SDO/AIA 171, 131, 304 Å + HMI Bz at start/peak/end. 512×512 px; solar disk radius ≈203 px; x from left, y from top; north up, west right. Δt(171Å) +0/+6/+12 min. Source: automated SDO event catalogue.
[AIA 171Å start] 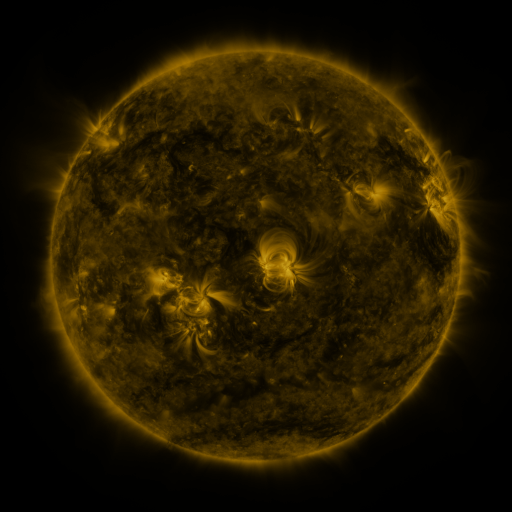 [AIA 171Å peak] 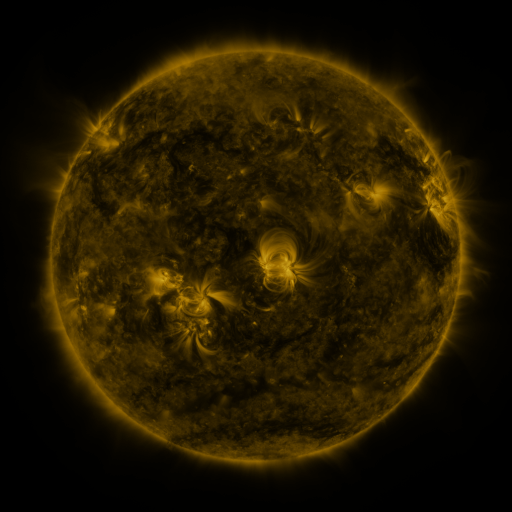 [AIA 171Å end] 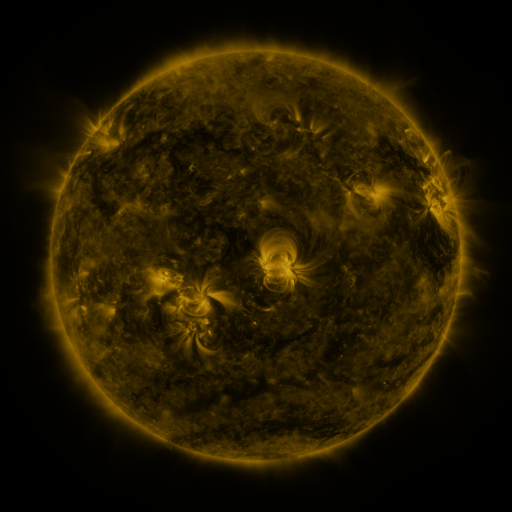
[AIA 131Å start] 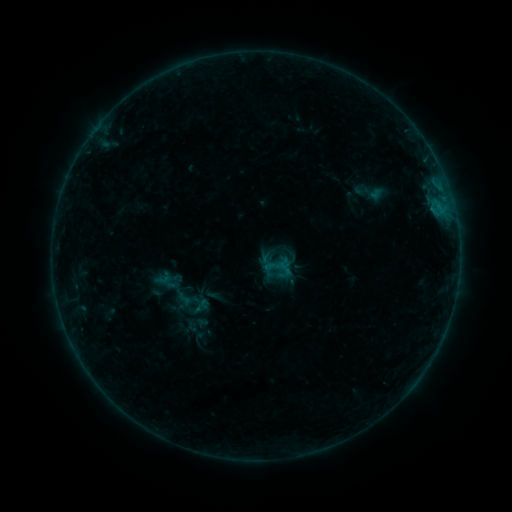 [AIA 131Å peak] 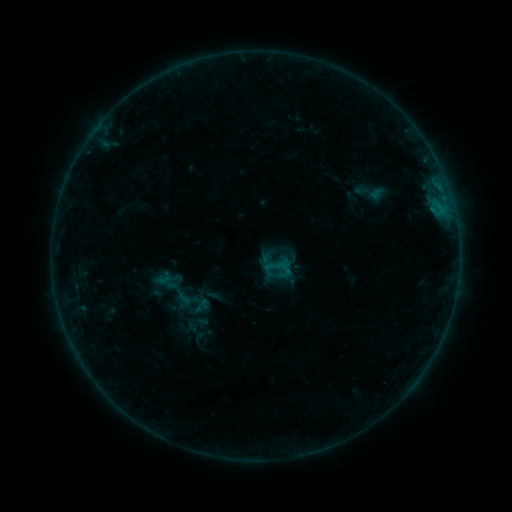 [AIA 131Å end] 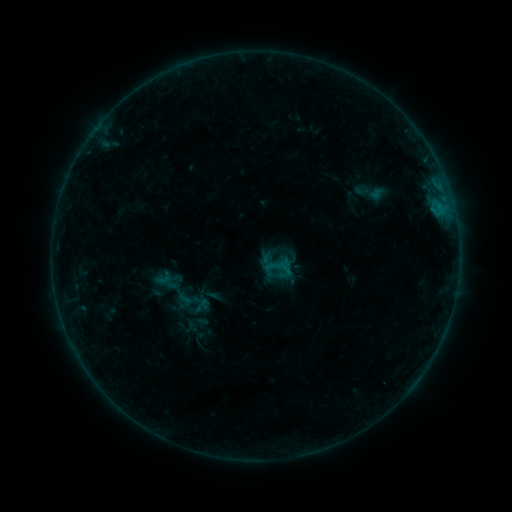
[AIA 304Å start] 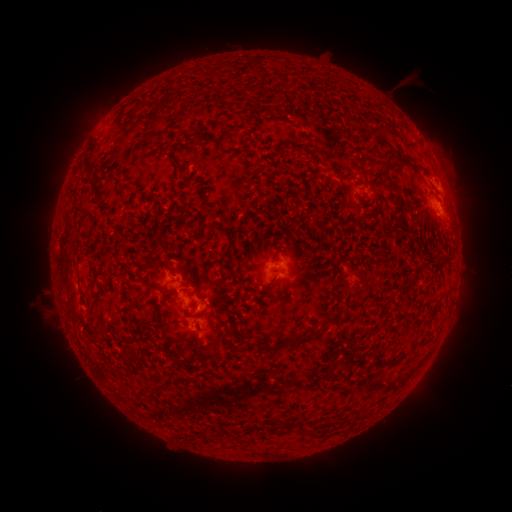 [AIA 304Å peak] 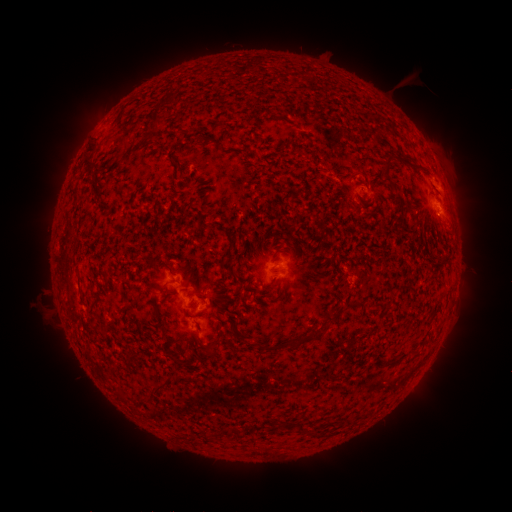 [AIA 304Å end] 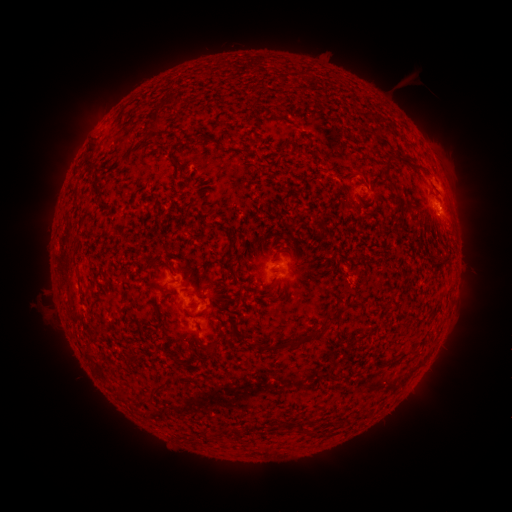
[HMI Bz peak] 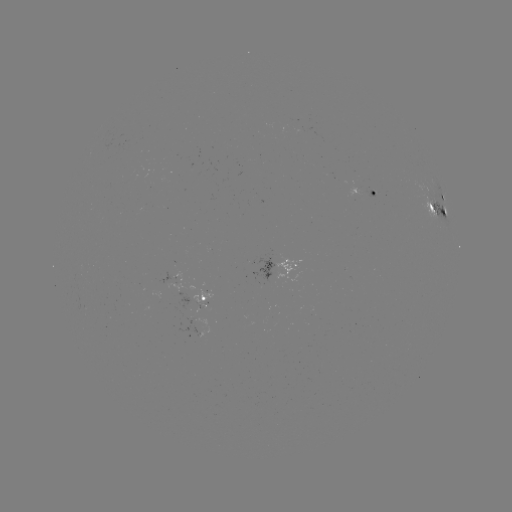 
nothing was catalogued: no classed flare, no EUV trigger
